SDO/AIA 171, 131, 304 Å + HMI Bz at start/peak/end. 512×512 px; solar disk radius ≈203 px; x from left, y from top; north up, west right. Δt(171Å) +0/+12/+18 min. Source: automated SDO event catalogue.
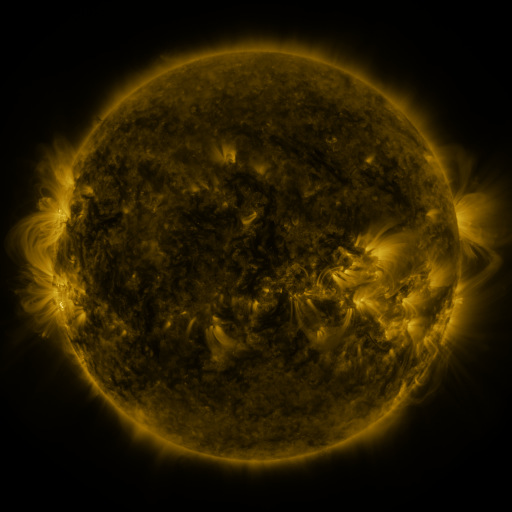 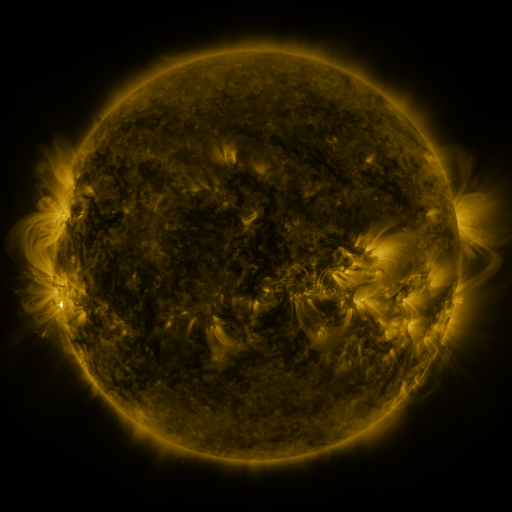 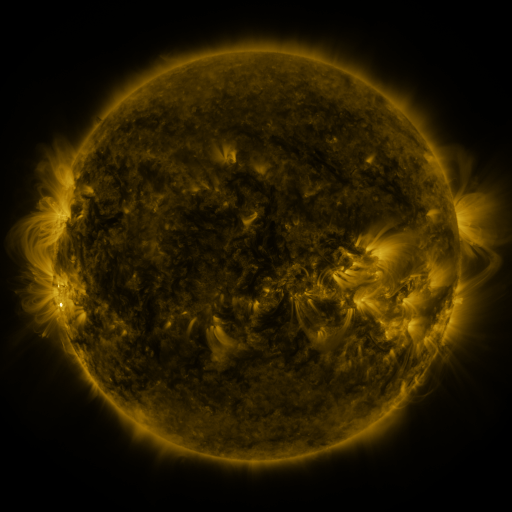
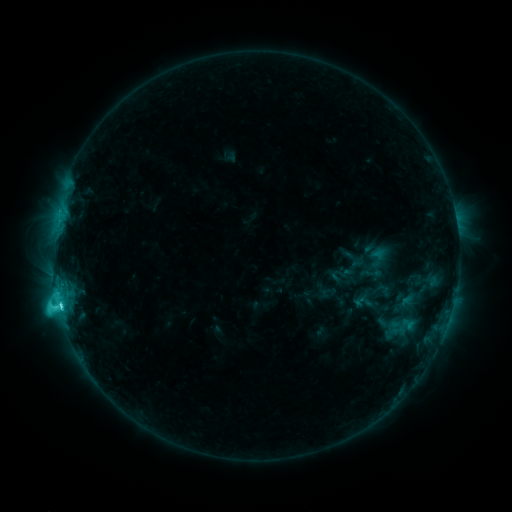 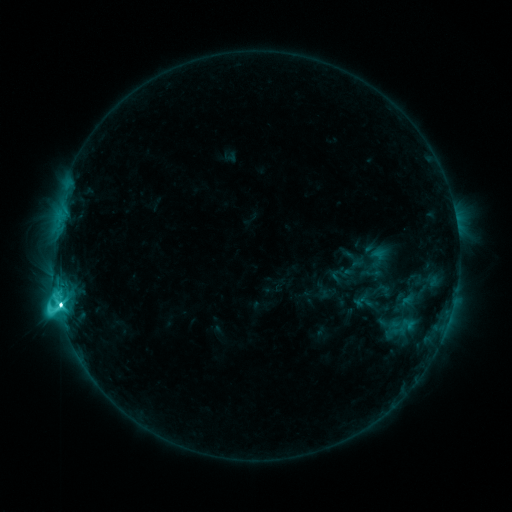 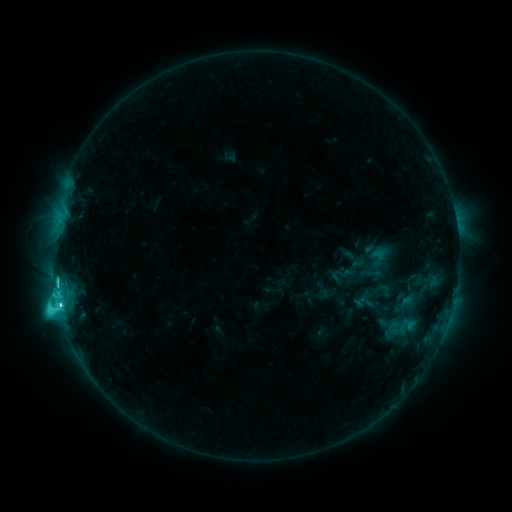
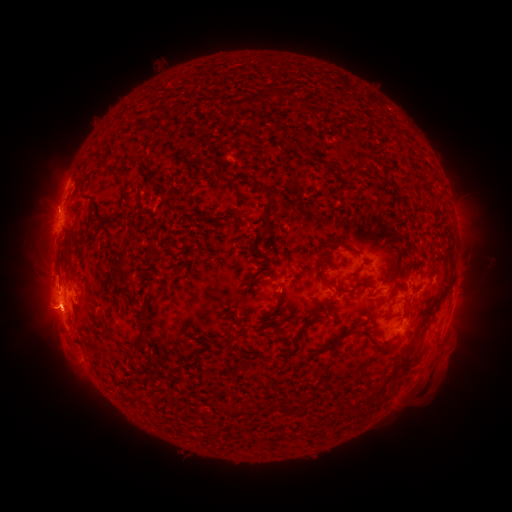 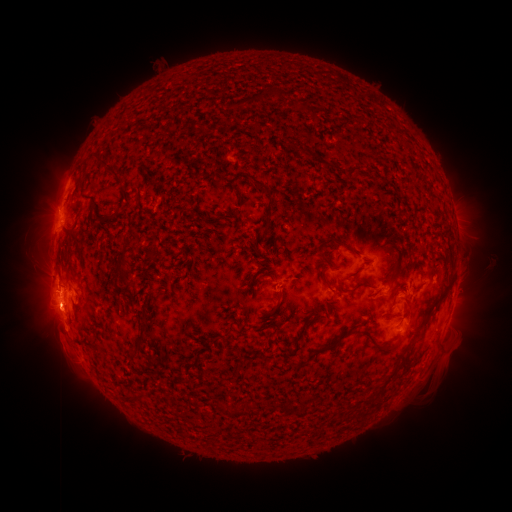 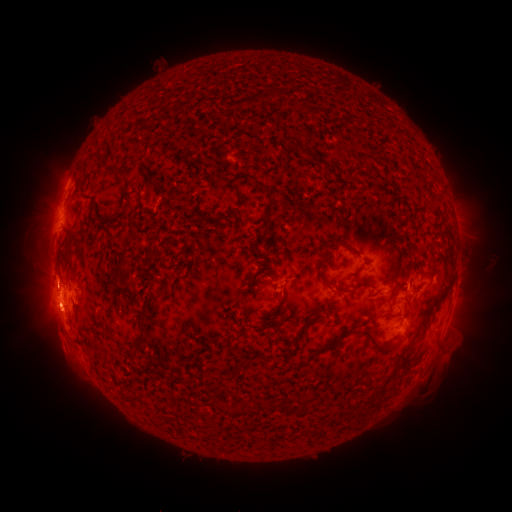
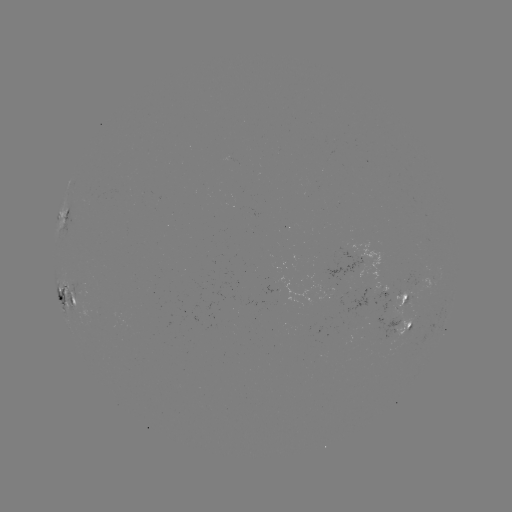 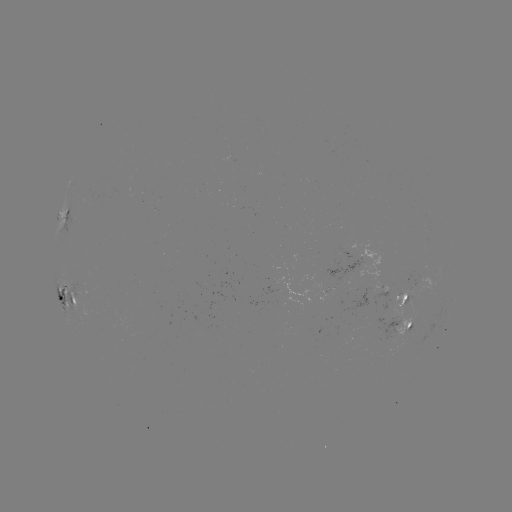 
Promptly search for M1.3 flare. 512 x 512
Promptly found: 249,455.